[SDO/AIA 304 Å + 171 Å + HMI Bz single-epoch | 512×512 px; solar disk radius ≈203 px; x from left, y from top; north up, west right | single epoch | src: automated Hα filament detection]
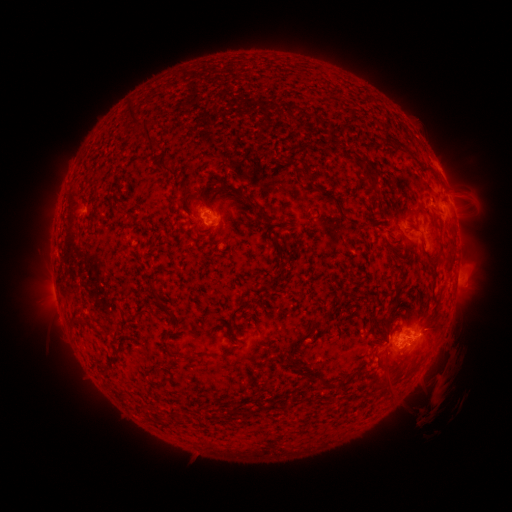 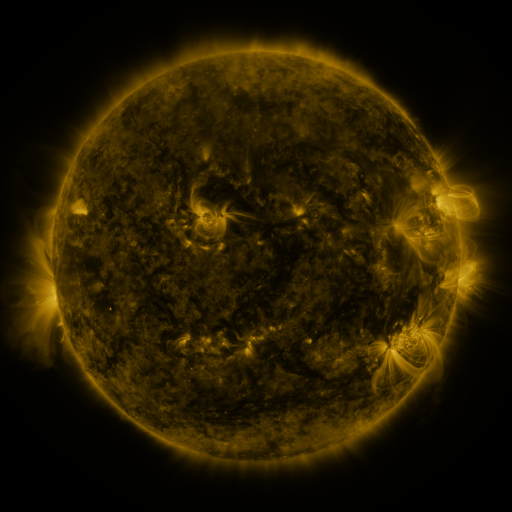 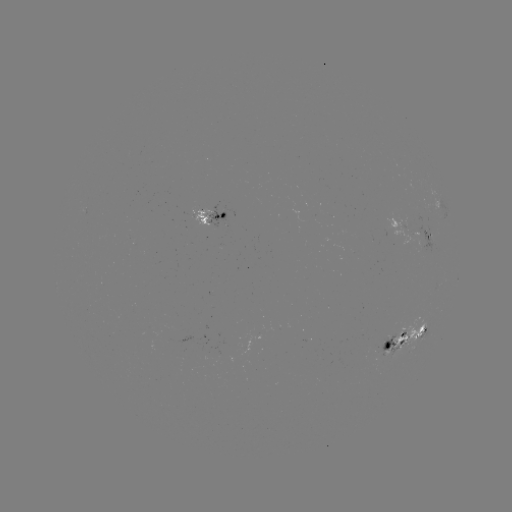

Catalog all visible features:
filament: [125, 103, 159, 151]
filament: [343, 109, 353, 120]
filament: [387, 134, 397, 145]
filament: [282, 156, 296, 164]
filament: [152, 162, 172, 175]
filament: [361, 168, 375, 185]
filament: [305, 169, 315, 183]
filament: [198, 179, 262, 221]
filament: [178, 192, 189, 213]
filament: [201, 201, 212, 211]
filament: [414, 201, 424, 210]
filament: [112, 208, 120, 218]
filament: [405, 219, 418, 229]
filament: [275, 253, 284, 266]
filament: [425, 253, 440, 266]
filament: [236, 271, 245, 278]
filament: [430, 279, 437, 298]
filament: [150, 287, 165, 307]
filament: [384, 304, 396, 325]
filament: [282, 316, 325, 356]
filament: [166, 332, 177, 339]
filament: [166, 347, 192, 362]
filament: [196, 351, 209, 357]
filament: [289, 357, 315, 379]
filament: [99, 362, 109, 372]
filament: [145, 364, 159, 379]
filament: [380, 371, 390, 384]
filament: [323, 377, 334, 388]
filament: [176, 412, 185, 422]
